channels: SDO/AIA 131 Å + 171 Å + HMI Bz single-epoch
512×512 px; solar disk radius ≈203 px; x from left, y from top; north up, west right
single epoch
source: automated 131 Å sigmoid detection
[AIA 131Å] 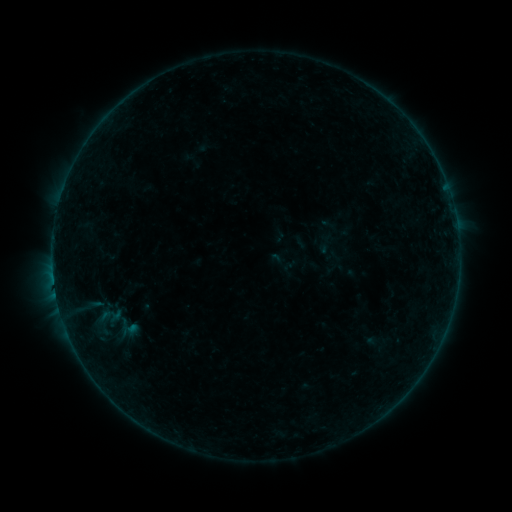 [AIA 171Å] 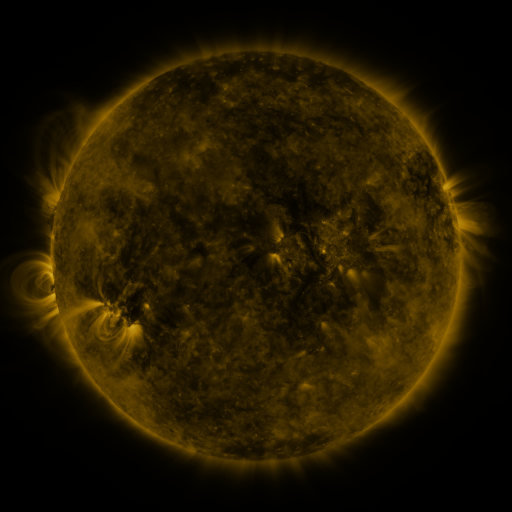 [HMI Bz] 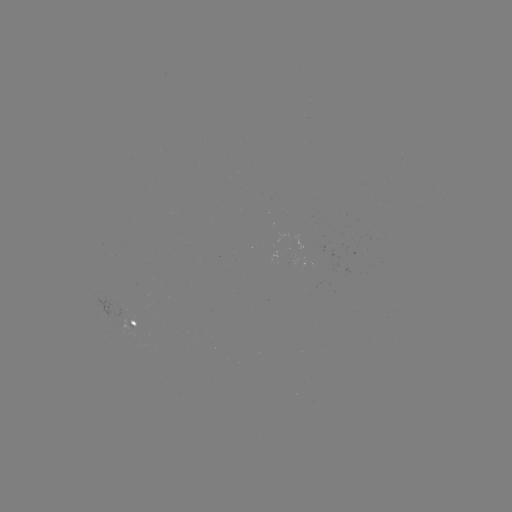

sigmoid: <bbox>267, 250, 292, 275</bbox>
